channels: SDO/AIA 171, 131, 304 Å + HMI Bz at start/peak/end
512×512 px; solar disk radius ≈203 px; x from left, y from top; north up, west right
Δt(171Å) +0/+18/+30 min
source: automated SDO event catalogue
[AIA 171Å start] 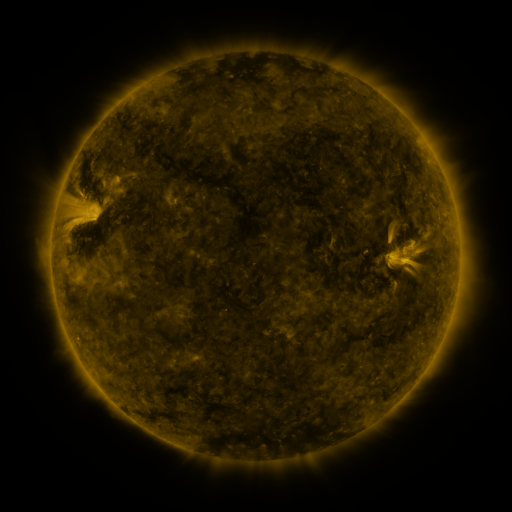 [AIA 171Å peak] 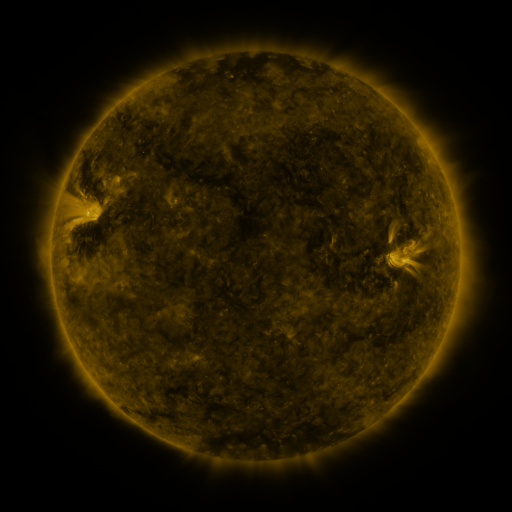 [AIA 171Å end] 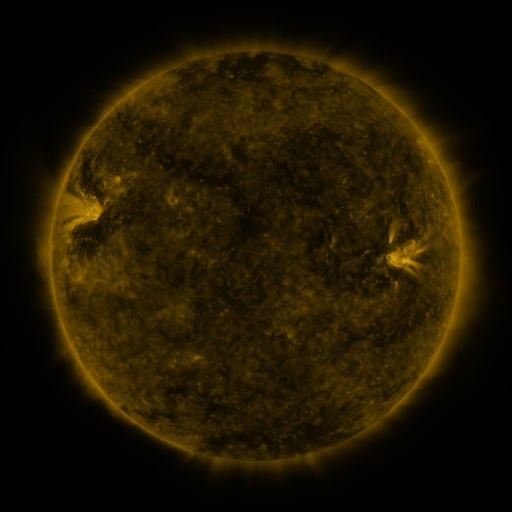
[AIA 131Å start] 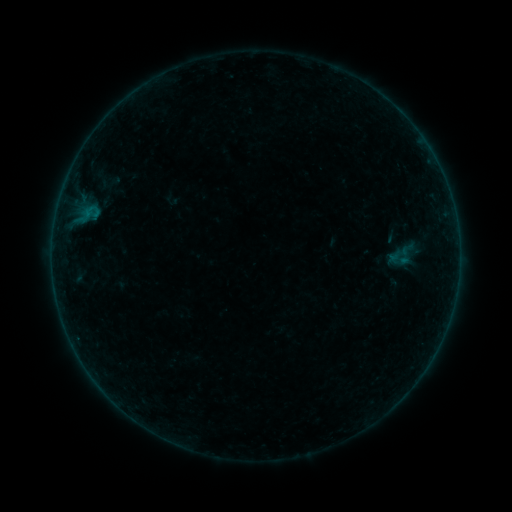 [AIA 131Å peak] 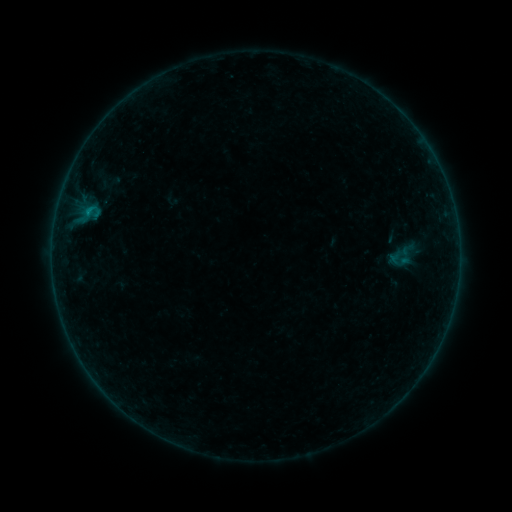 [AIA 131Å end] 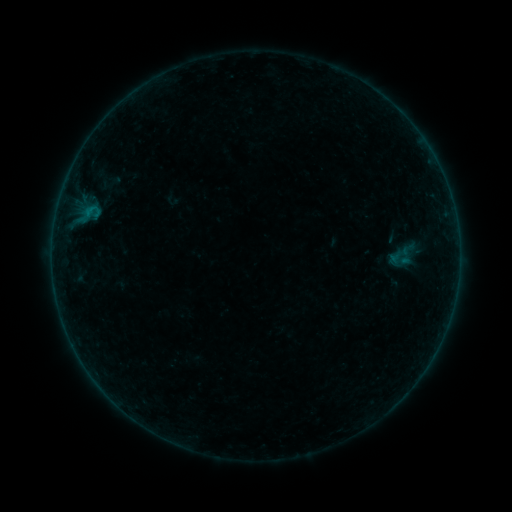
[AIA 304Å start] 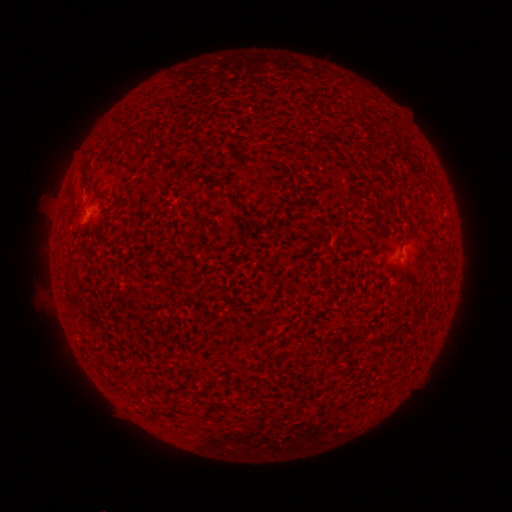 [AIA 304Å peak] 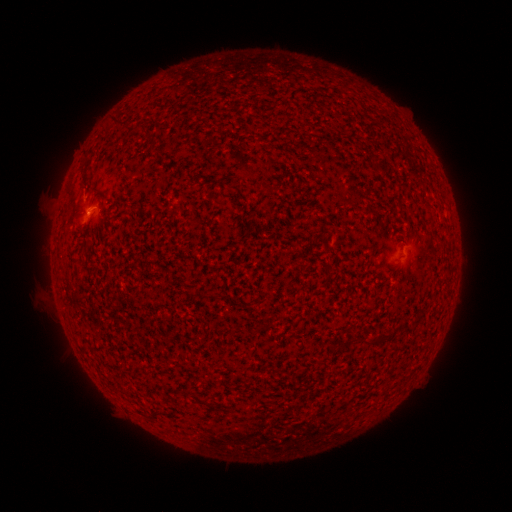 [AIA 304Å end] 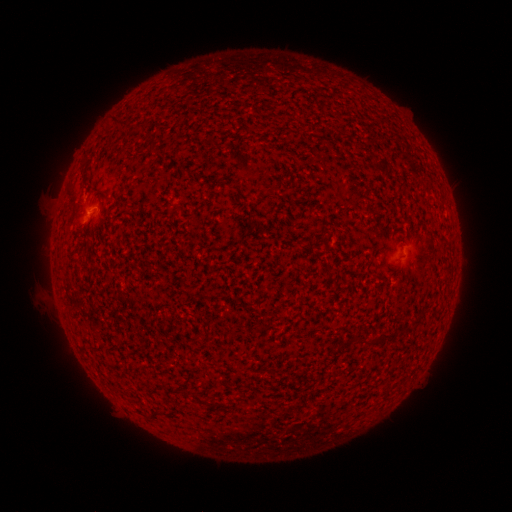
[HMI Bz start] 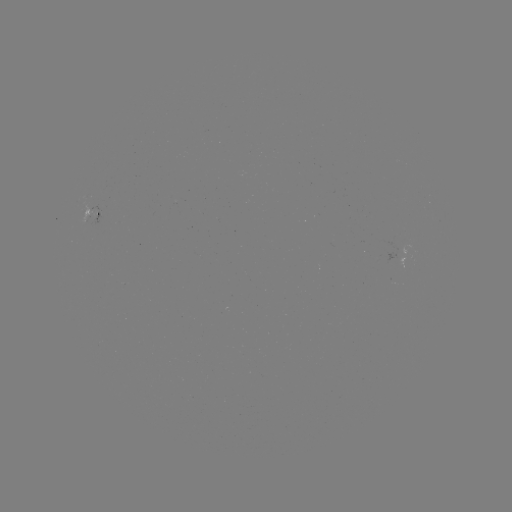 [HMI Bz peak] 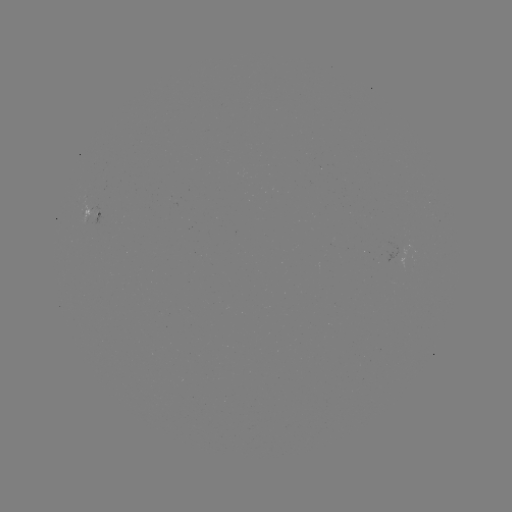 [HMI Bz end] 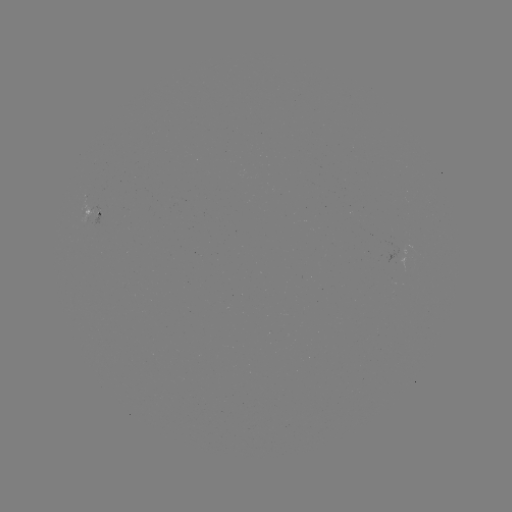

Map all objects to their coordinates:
B1.3 flare: (89, 212)
